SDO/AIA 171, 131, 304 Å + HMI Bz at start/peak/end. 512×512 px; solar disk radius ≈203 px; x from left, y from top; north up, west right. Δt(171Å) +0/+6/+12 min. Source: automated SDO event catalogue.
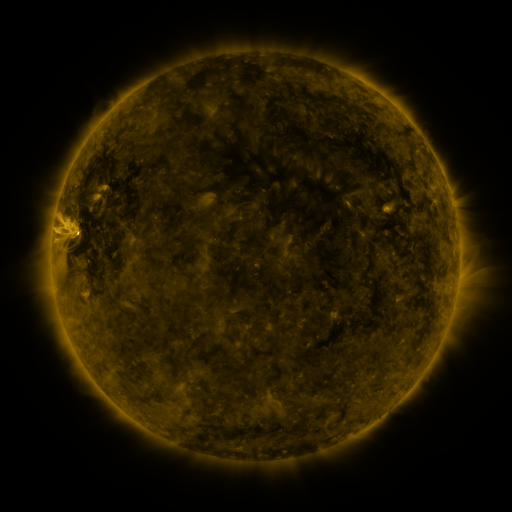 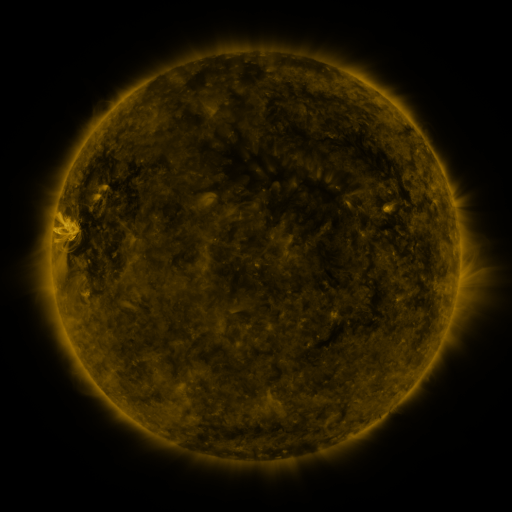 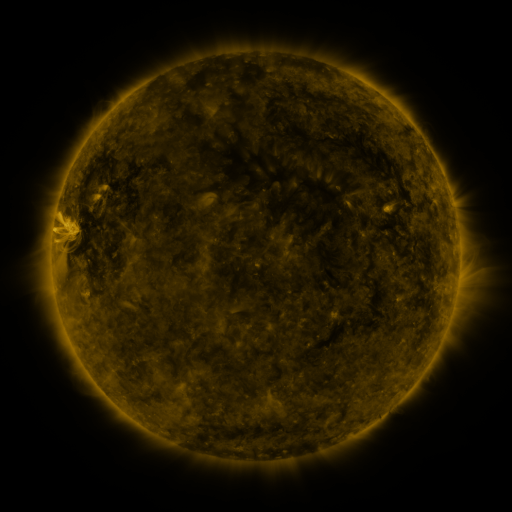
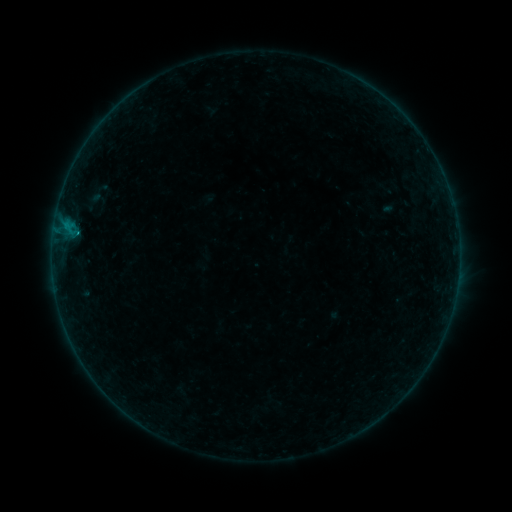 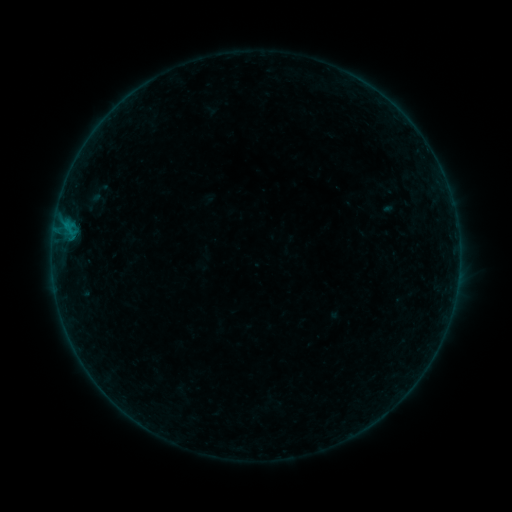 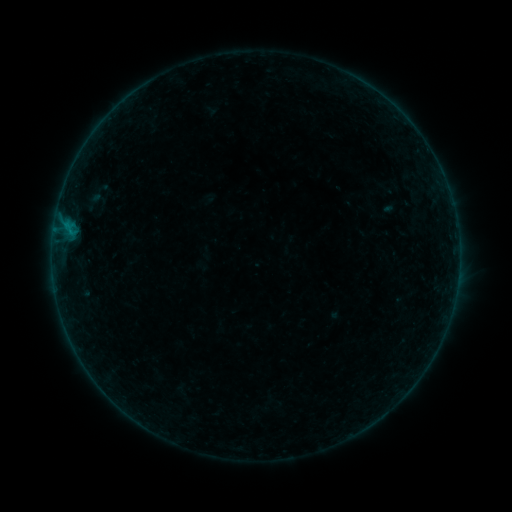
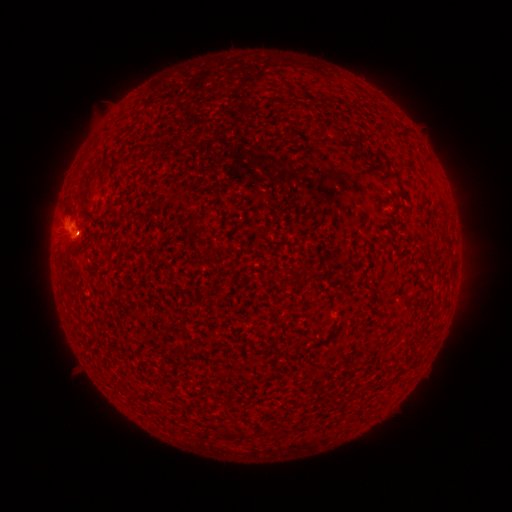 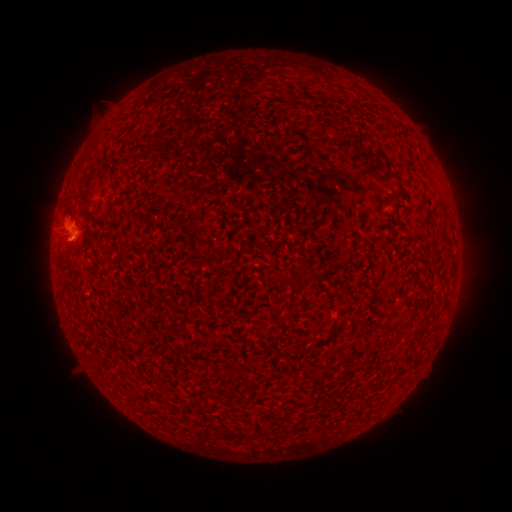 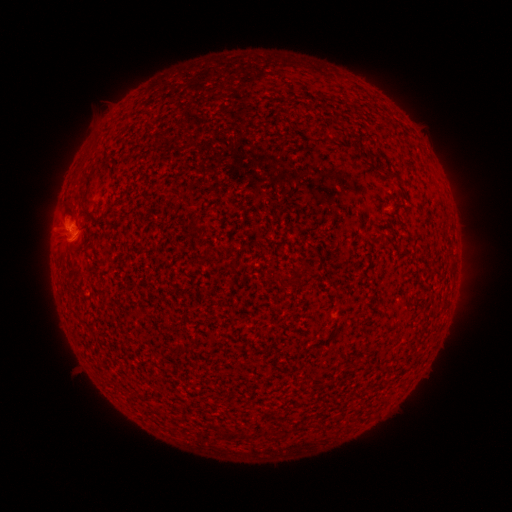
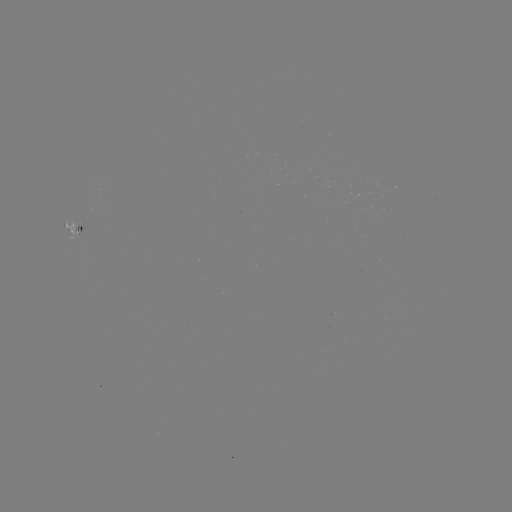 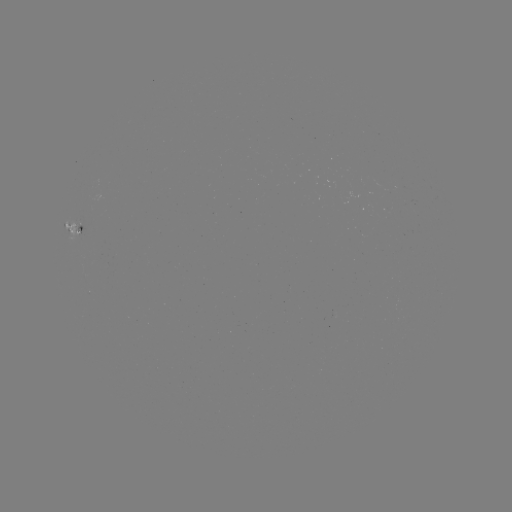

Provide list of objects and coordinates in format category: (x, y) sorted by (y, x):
B3.0 flare: (70, 233)
